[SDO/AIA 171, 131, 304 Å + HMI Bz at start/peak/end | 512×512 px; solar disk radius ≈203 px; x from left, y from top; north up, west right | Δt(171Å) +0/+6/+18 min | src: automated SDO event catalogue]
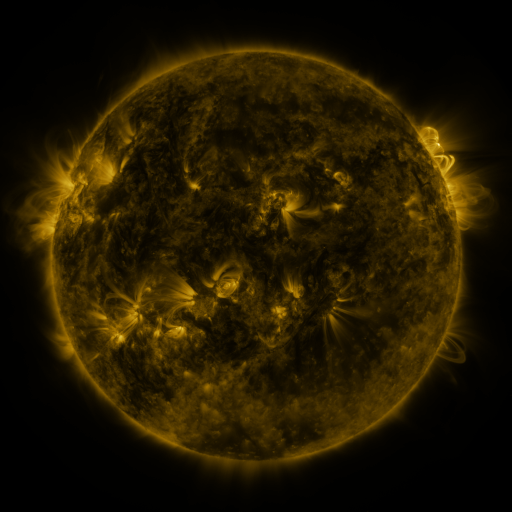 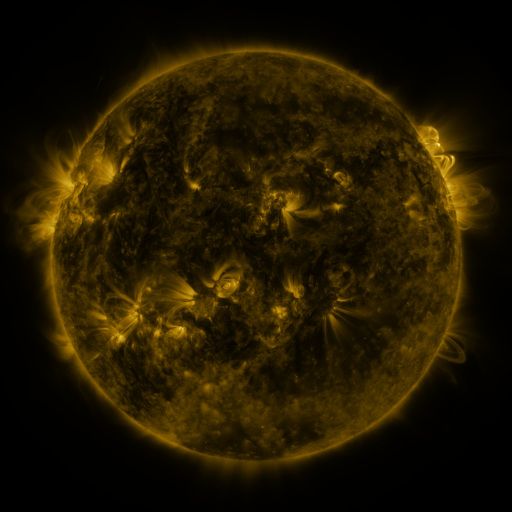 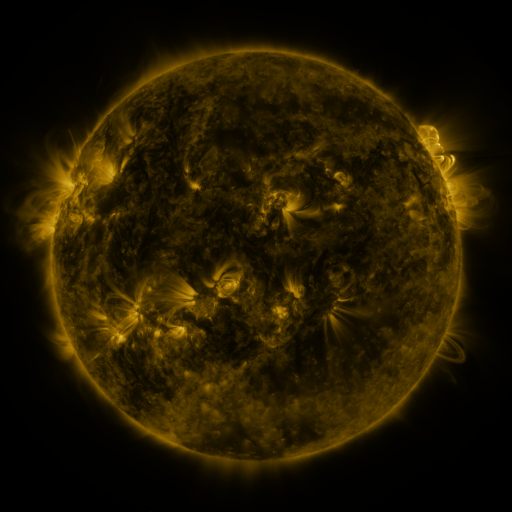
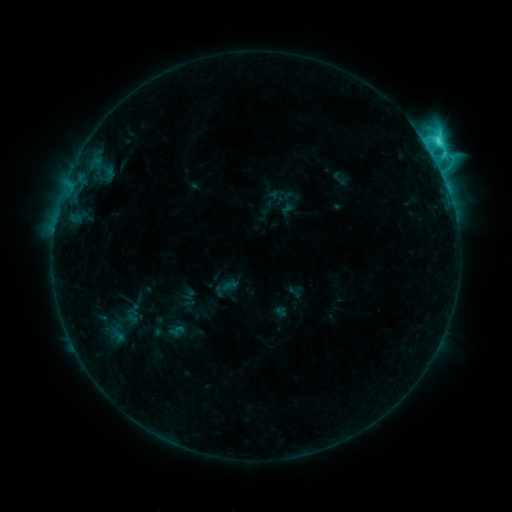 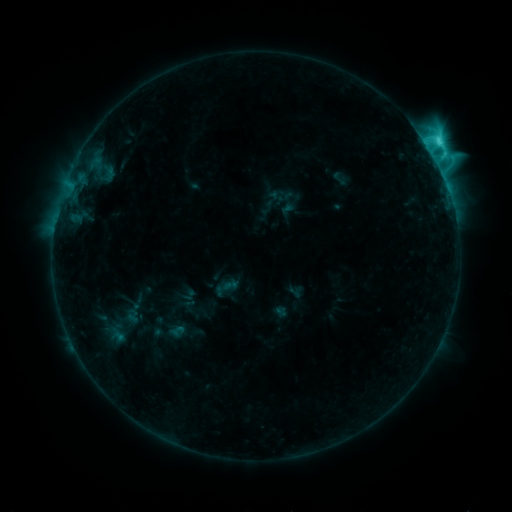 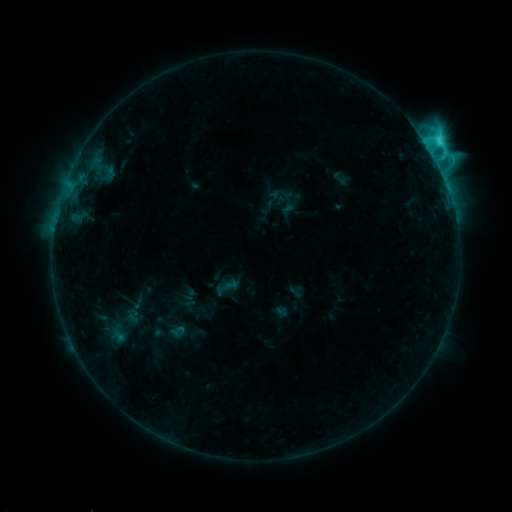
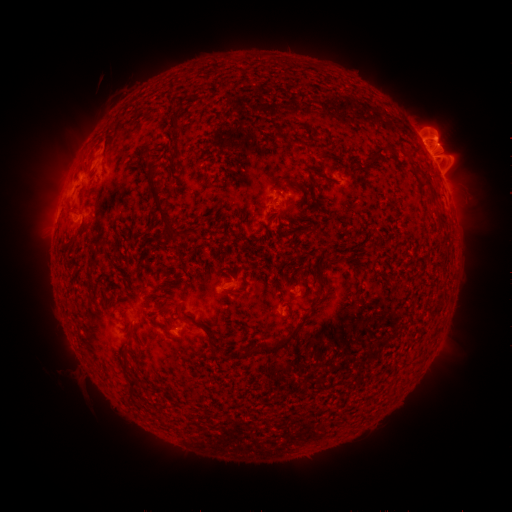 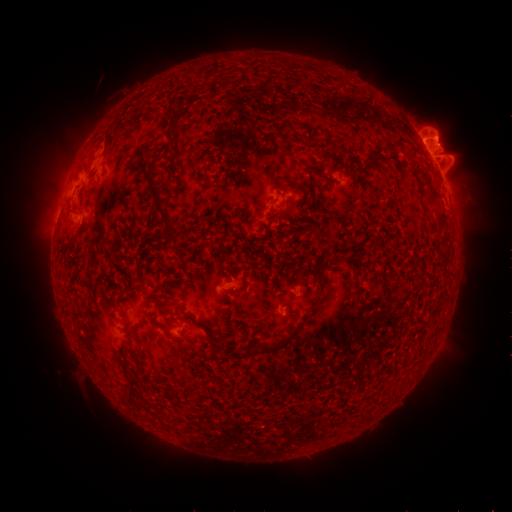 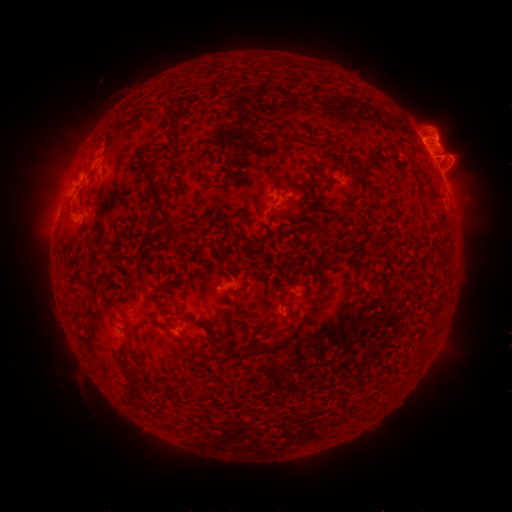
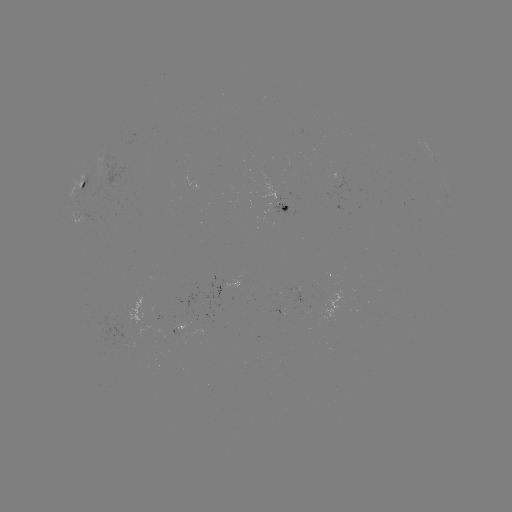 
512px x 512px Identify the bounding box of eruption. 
[20, 128, 100, 244].